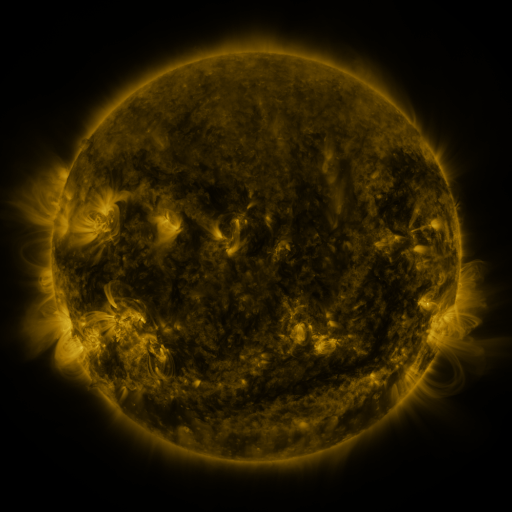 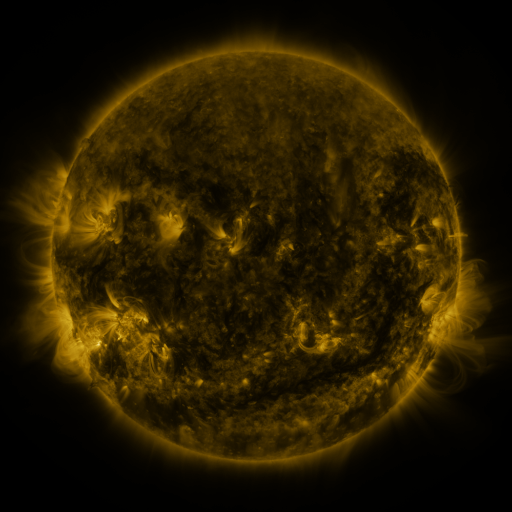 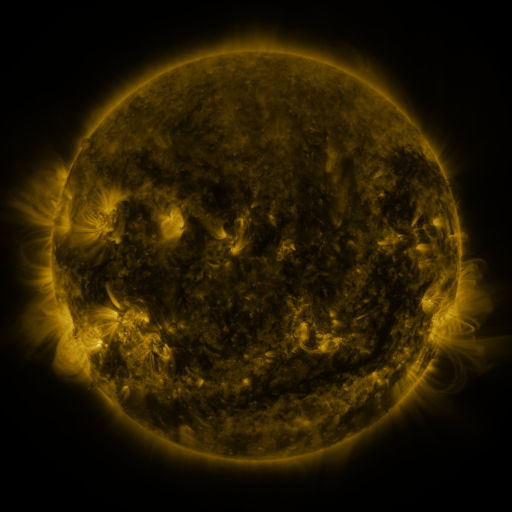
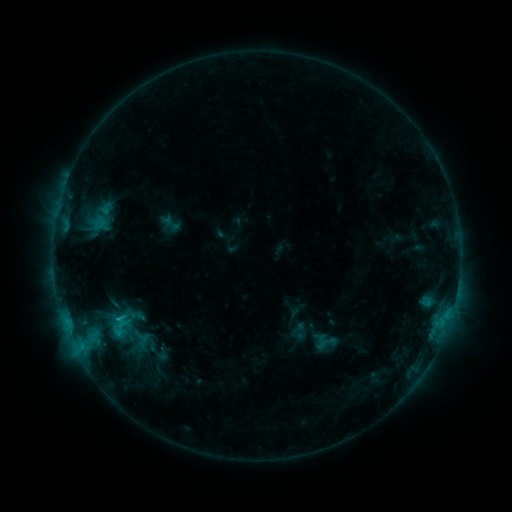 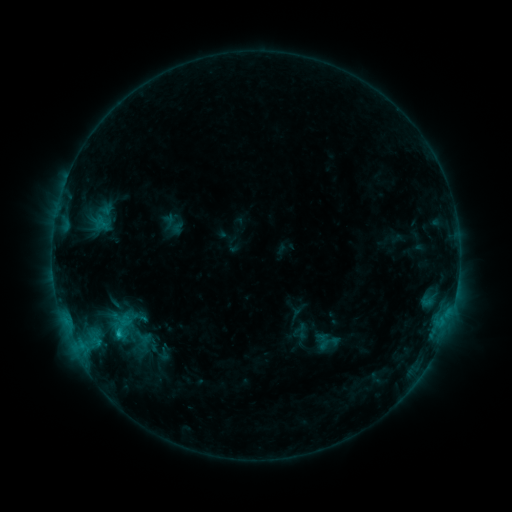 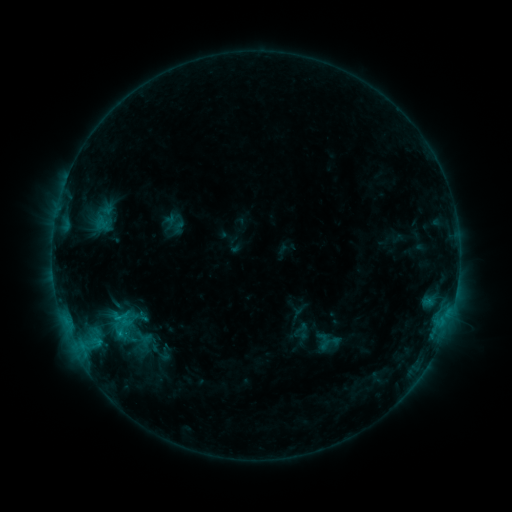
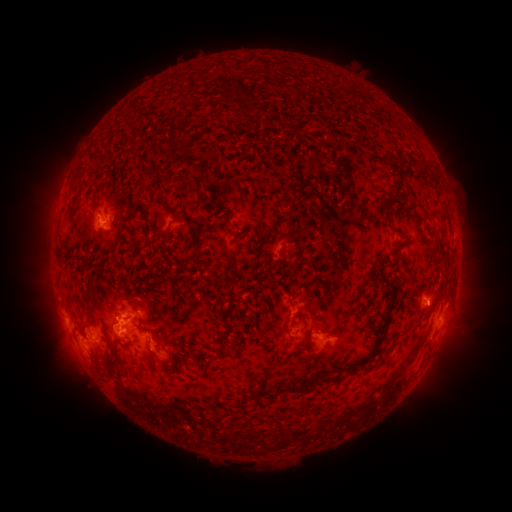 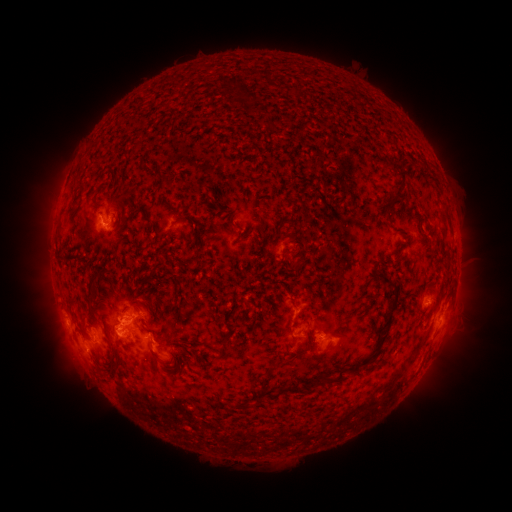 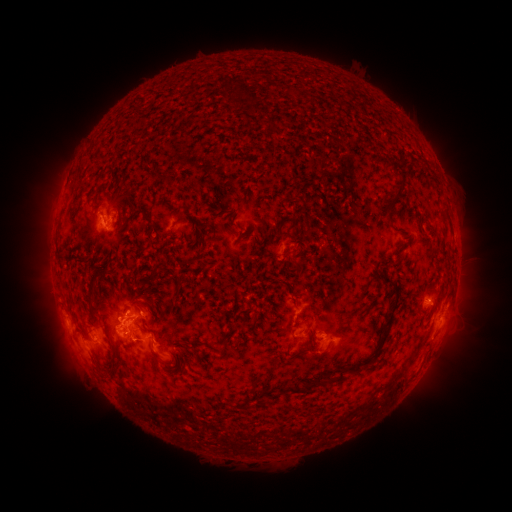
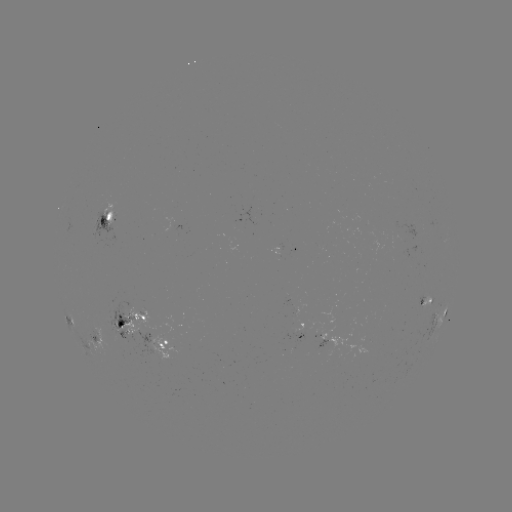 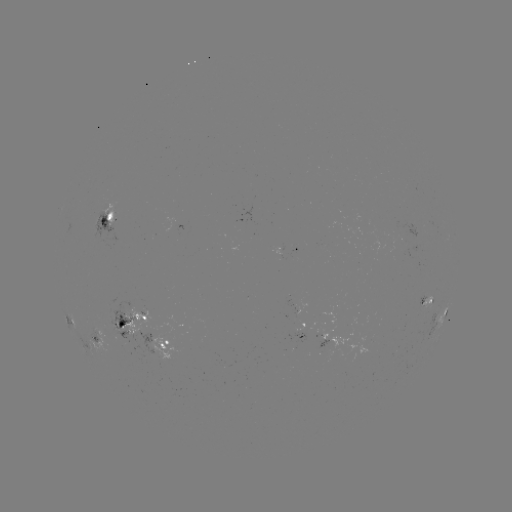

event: emerging-flux region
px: (118, 331)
